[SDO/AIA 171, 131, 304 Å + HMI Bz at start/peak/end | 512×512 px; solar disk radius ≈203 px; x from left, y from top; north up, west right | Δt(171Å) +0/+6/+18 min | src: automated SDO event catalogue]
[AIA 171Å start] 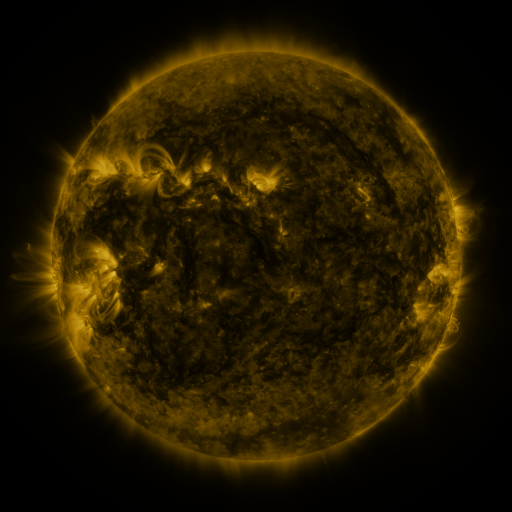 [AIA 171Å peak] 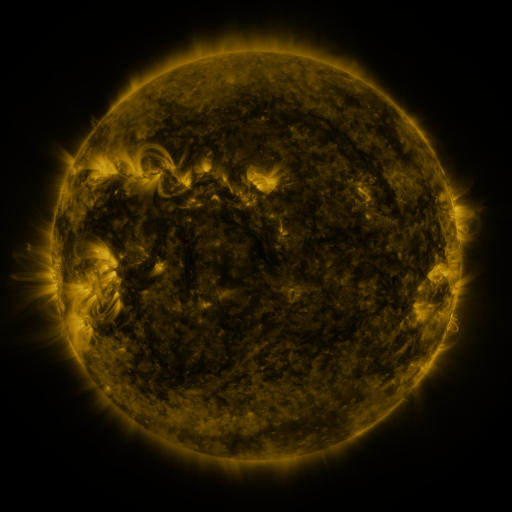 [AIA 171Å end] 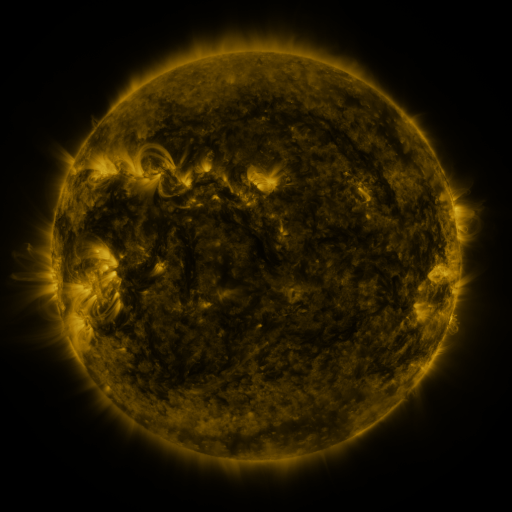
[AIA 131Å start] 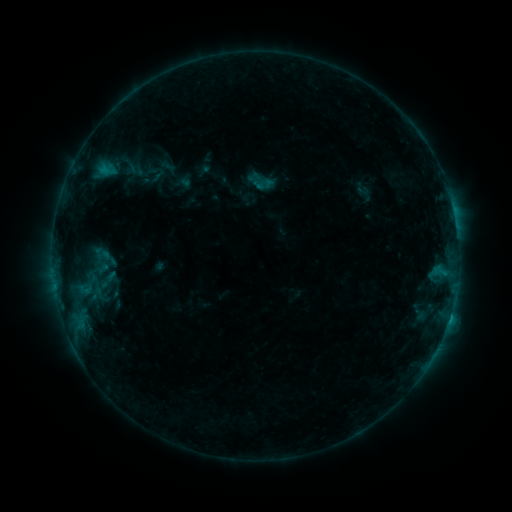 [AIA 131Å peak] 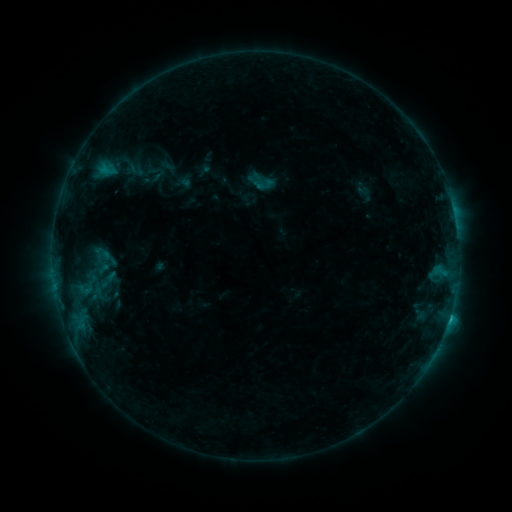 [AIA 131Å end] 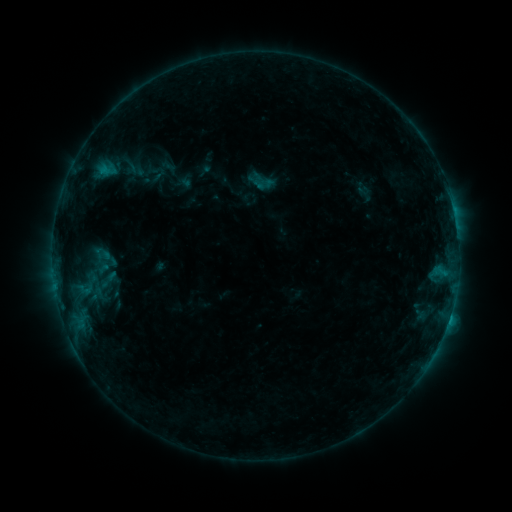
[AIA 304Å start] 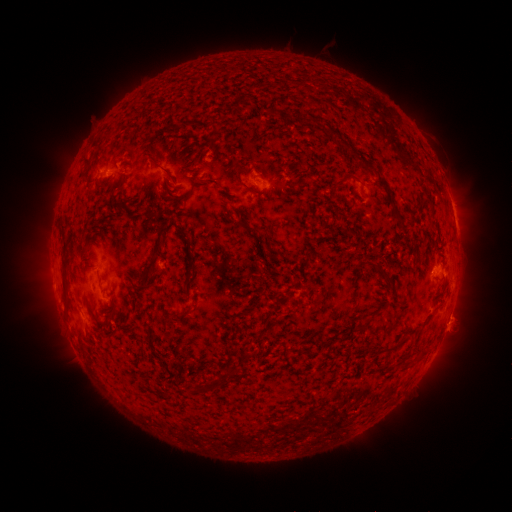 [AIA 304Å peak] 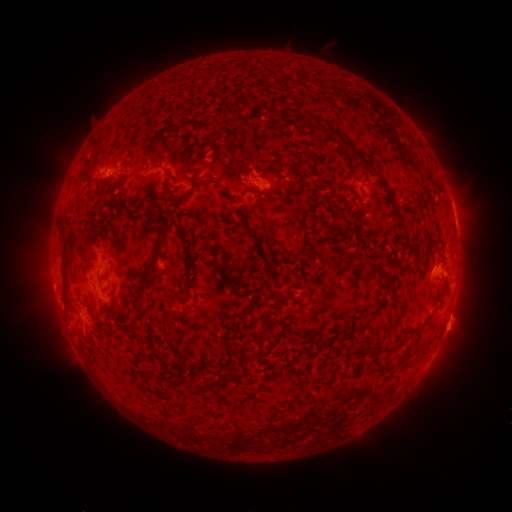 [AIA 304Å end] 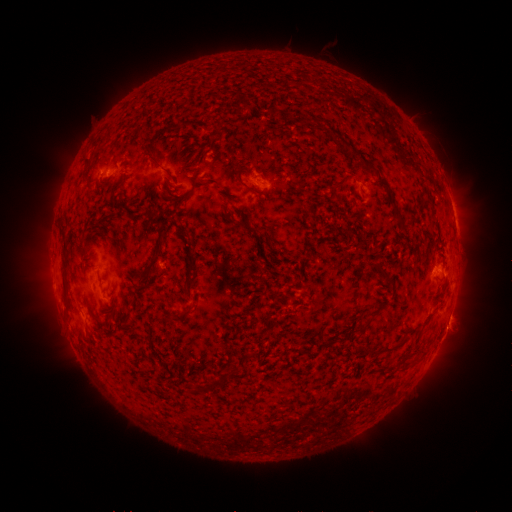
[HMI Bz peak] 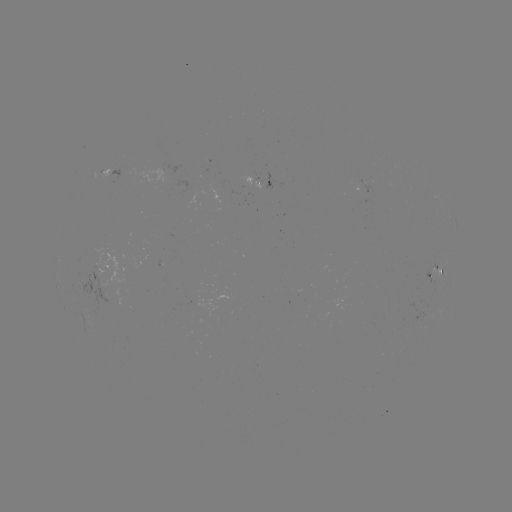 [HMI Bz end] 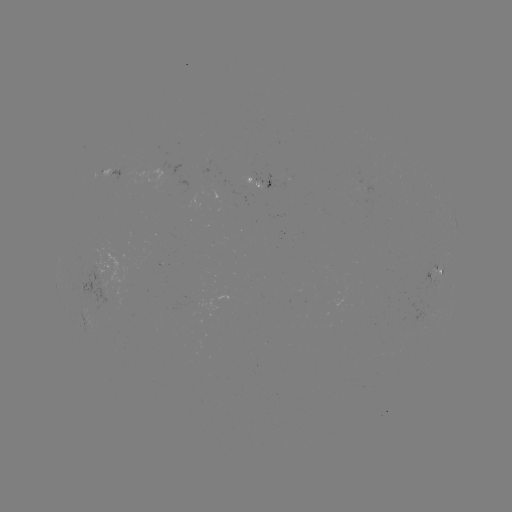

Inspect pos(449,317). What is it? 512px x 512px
B8.6 flare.